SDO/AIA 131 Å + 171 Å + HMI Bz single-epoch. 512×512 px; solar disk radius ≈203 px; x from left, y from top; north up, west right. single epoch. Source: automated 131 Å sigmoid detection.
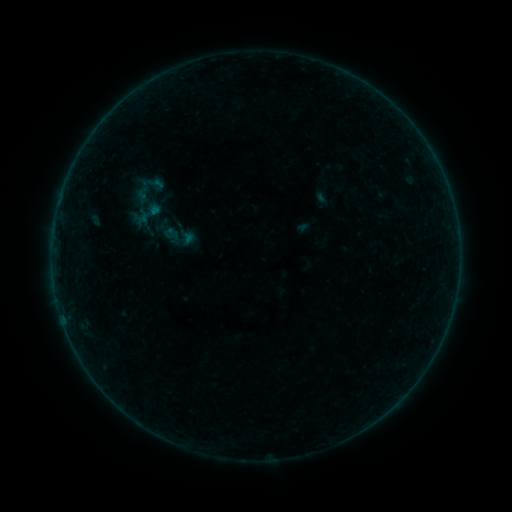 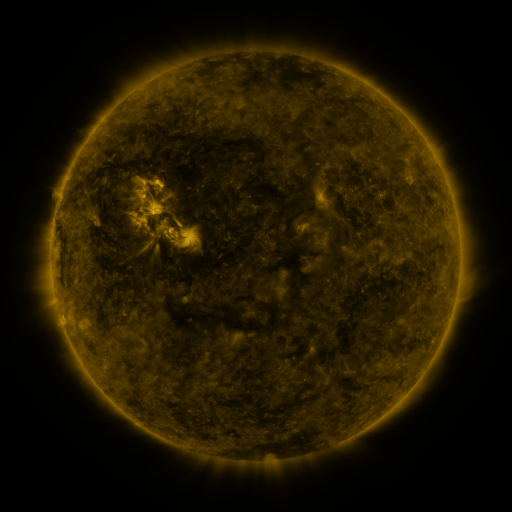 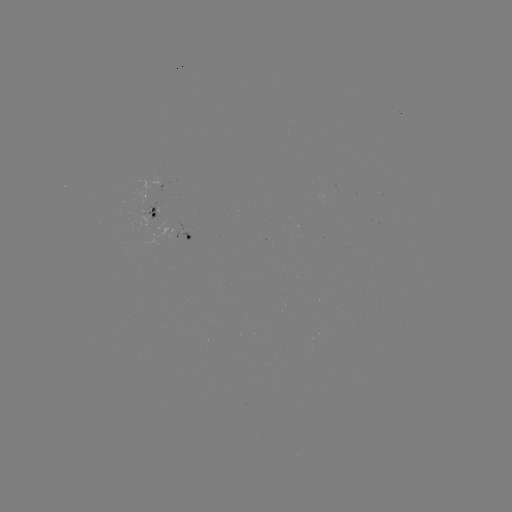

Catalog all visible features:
sigmoid: (135, 199, 163, 228)
sigmoid: (150, 207, 201, 258)
